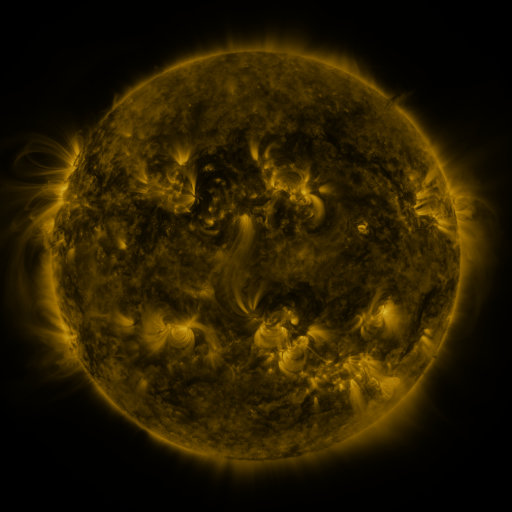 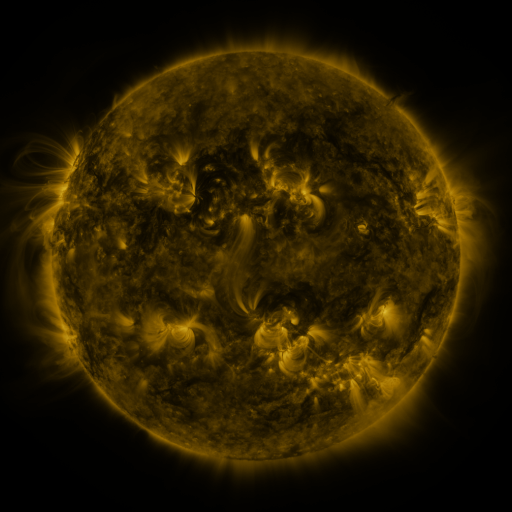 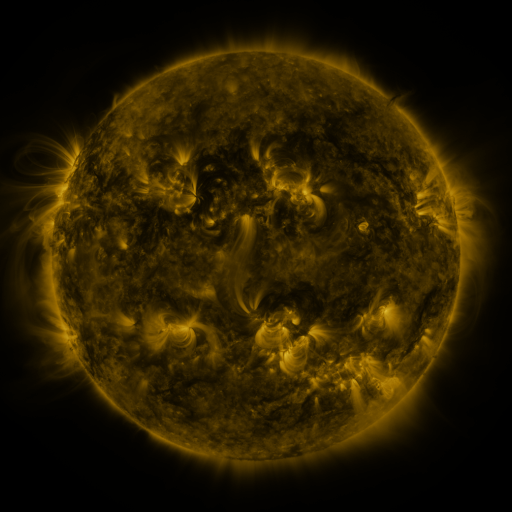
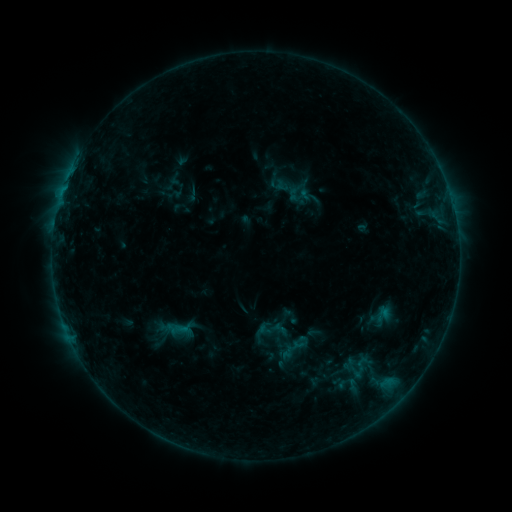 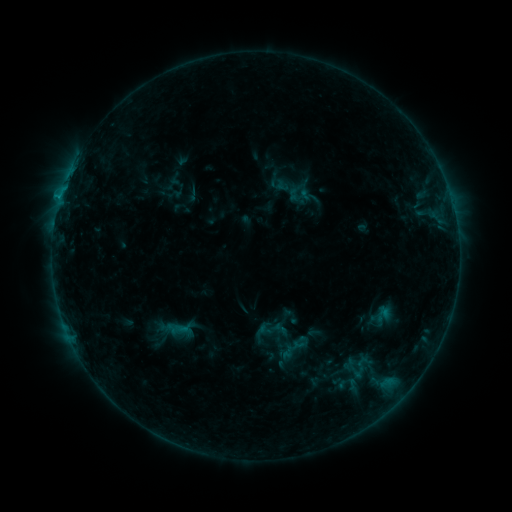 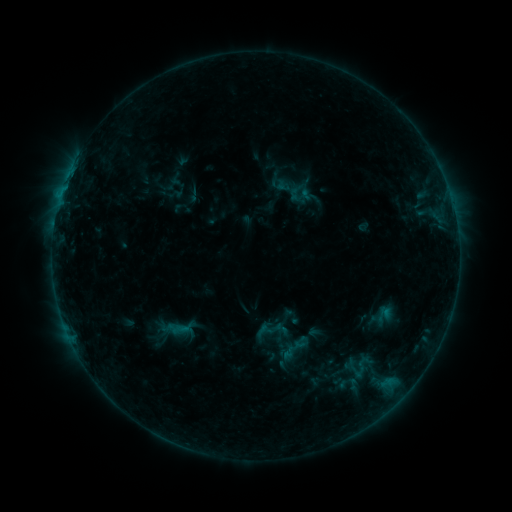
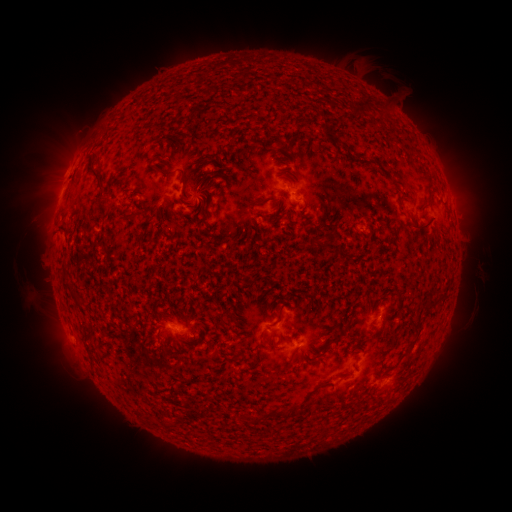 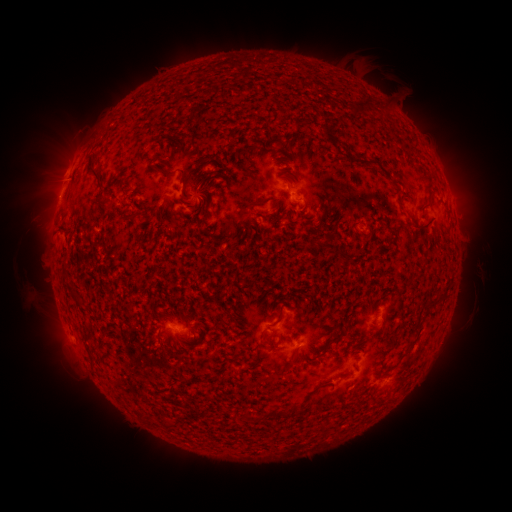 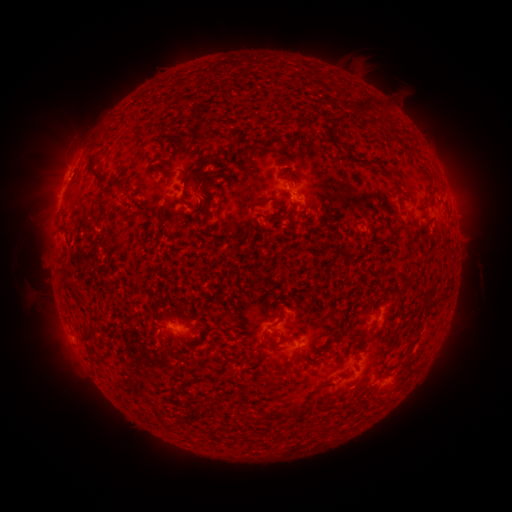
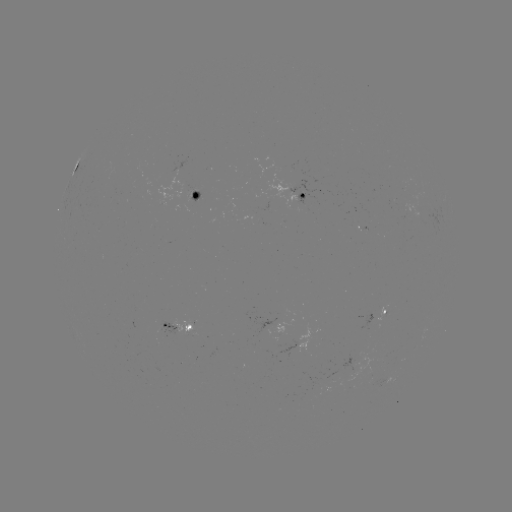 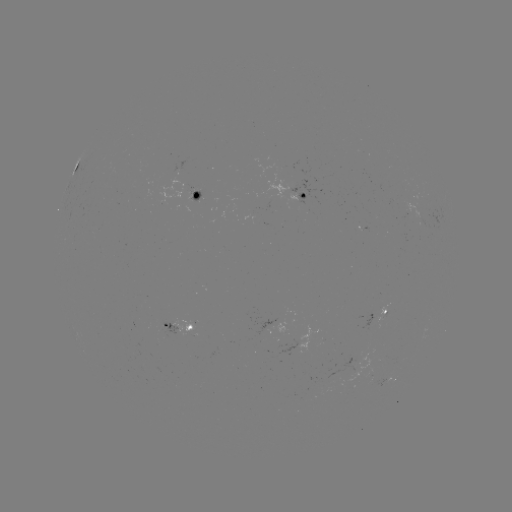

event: flare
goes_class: B6.1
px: (60, 201)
